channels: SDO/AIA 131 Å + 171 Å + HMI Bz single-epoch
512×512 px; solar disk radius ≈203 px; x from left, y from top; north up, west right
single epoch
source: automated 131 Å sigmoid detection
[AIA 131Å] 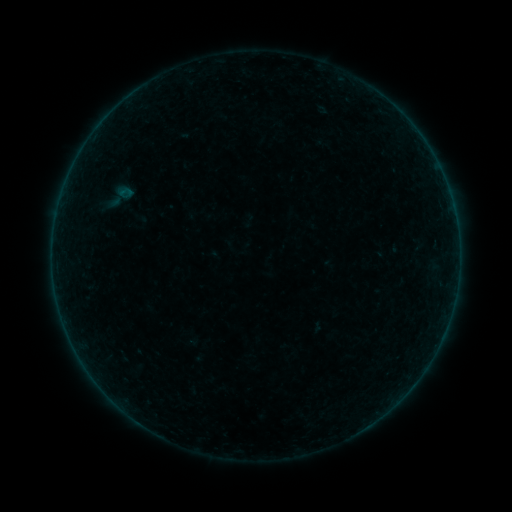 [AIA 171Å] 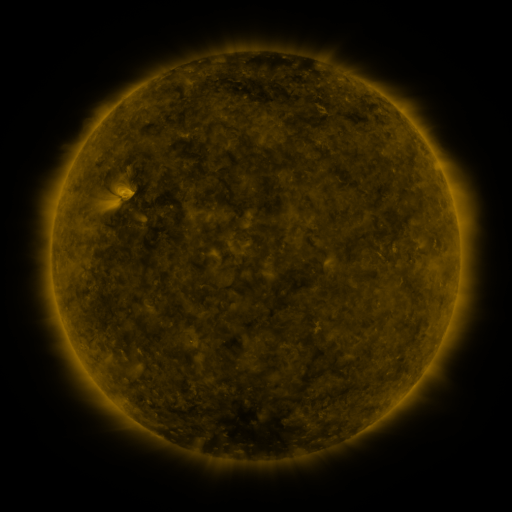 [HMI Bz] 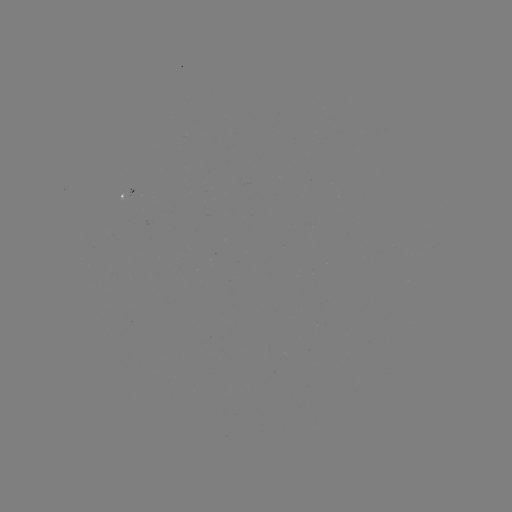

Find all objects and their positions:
sigmoid: [105, 180, 137, 213]
